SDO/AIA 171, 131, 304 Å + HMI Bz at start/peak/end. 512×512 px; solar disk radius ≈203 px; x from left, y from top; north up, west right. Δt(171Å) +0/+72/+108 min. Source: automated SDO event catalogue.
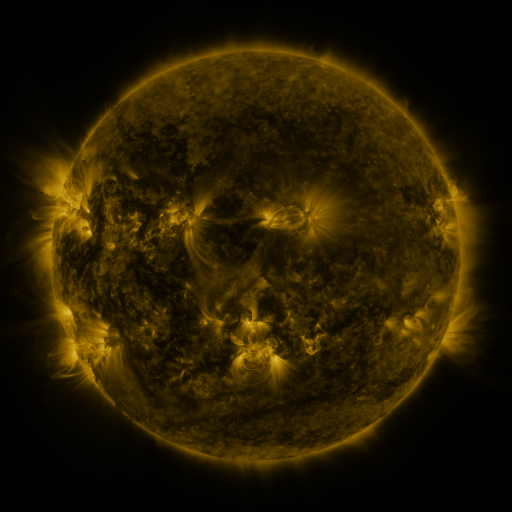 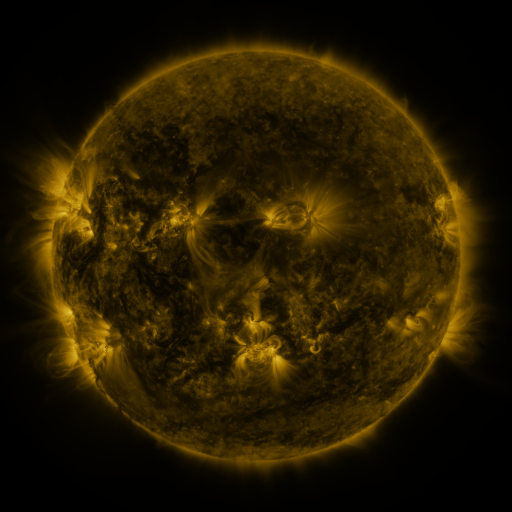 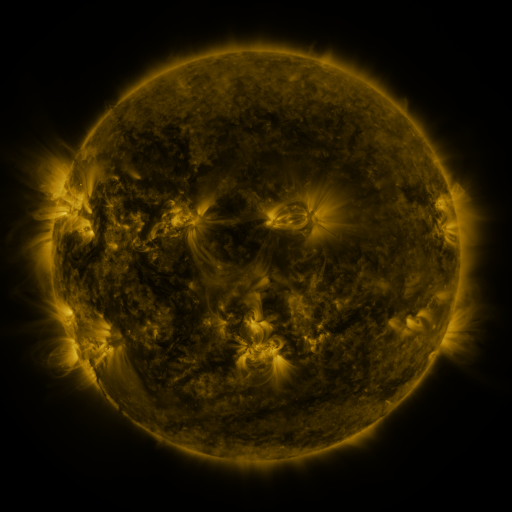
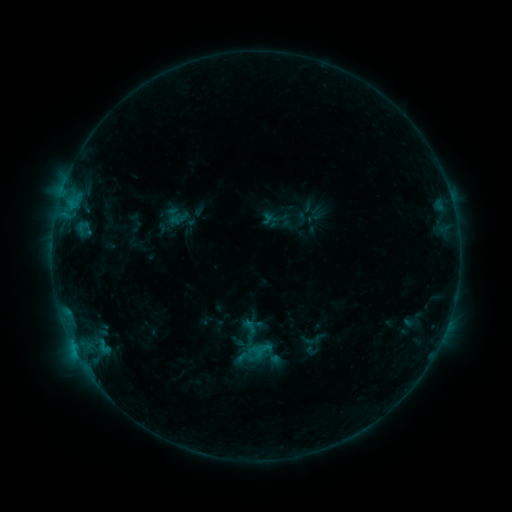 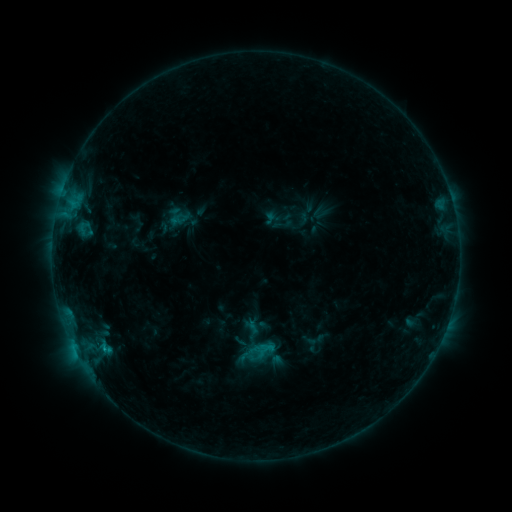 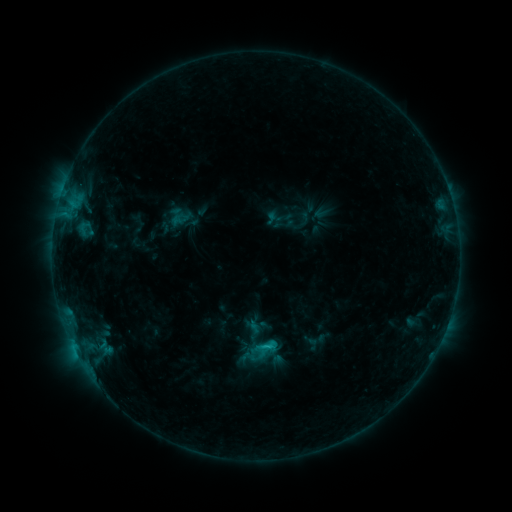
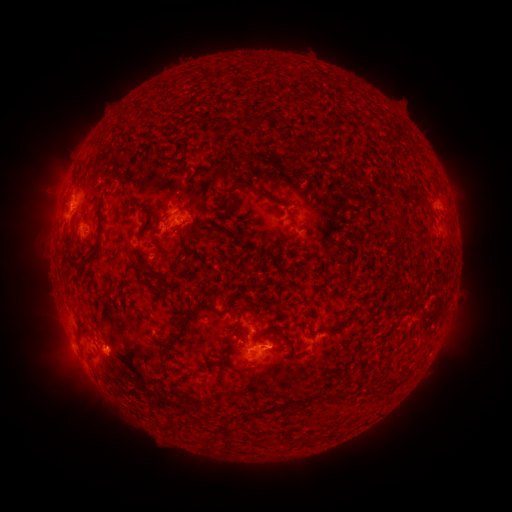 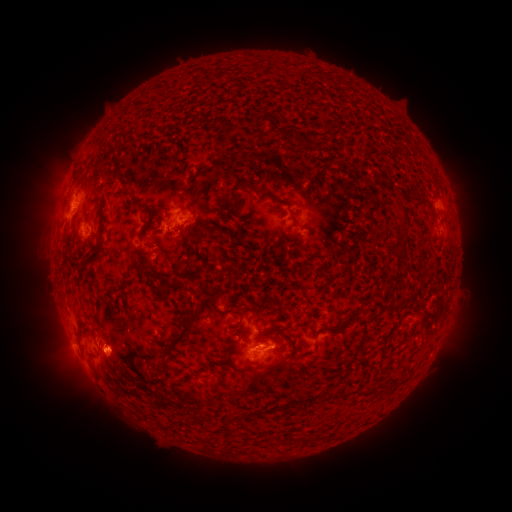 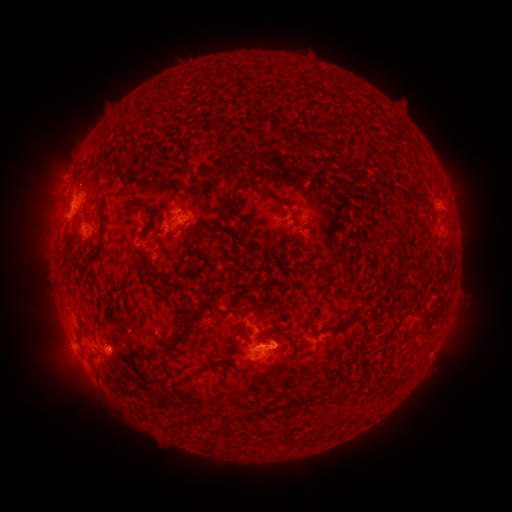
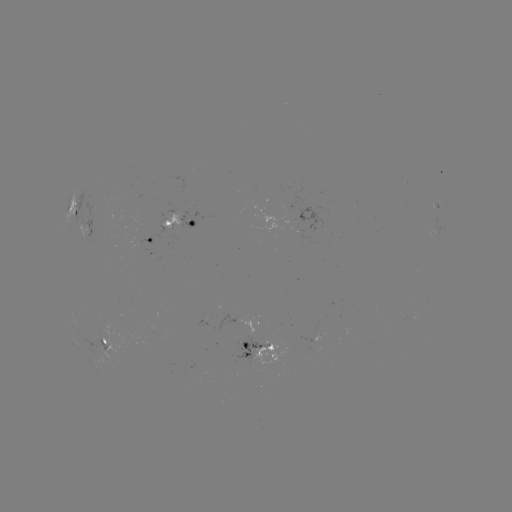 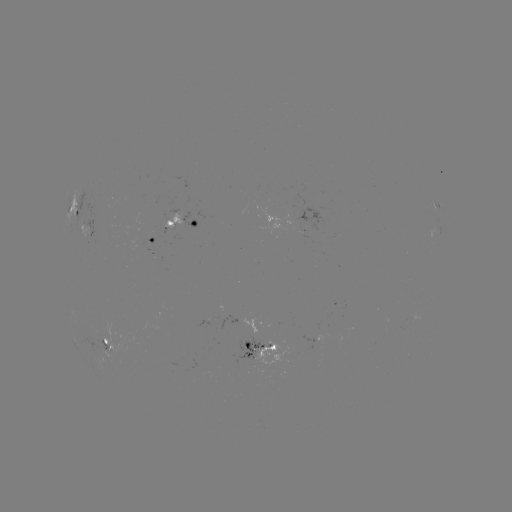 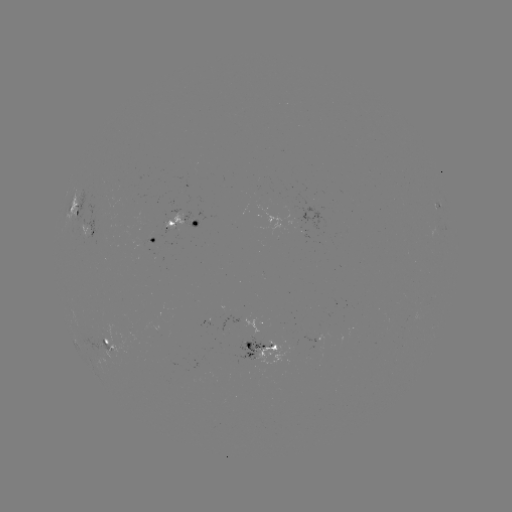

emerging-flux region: (161, 357, 178, 366)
